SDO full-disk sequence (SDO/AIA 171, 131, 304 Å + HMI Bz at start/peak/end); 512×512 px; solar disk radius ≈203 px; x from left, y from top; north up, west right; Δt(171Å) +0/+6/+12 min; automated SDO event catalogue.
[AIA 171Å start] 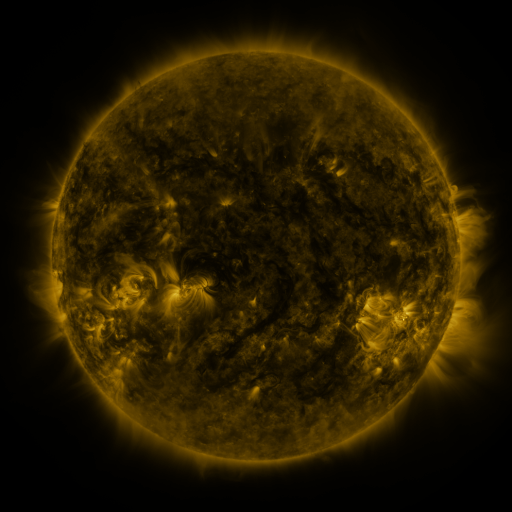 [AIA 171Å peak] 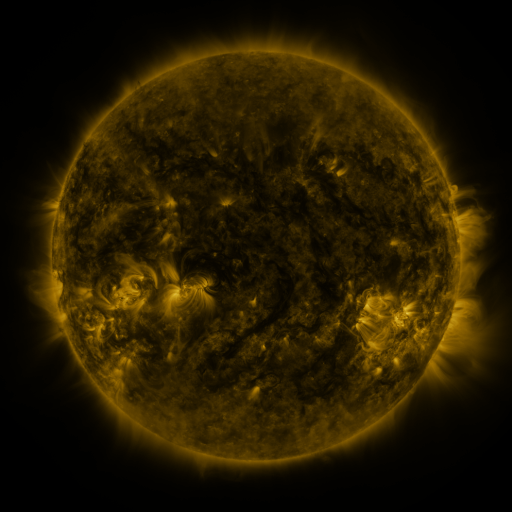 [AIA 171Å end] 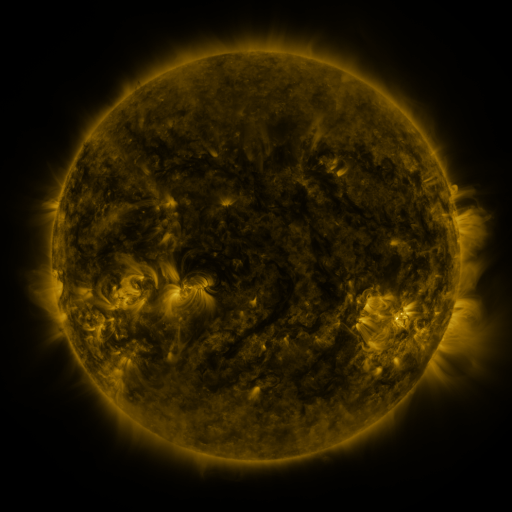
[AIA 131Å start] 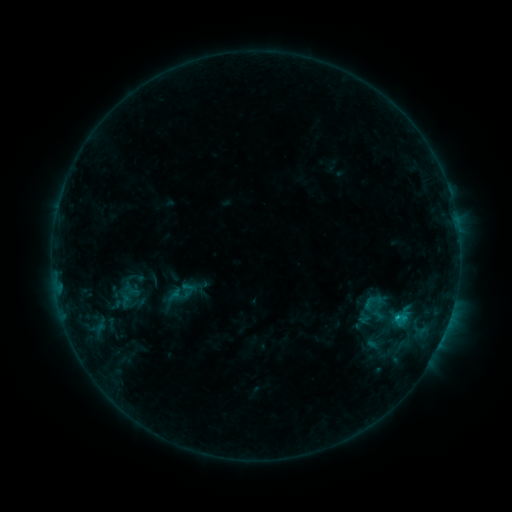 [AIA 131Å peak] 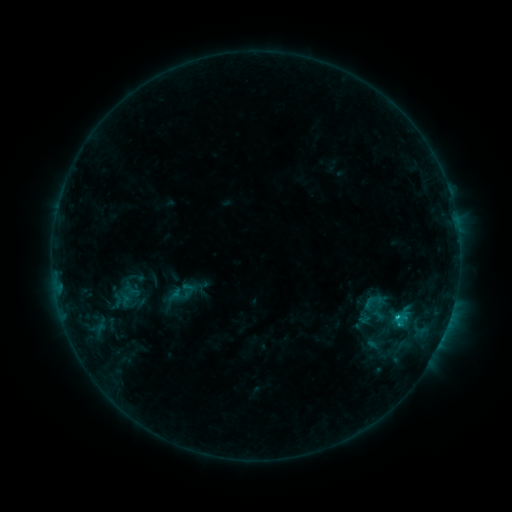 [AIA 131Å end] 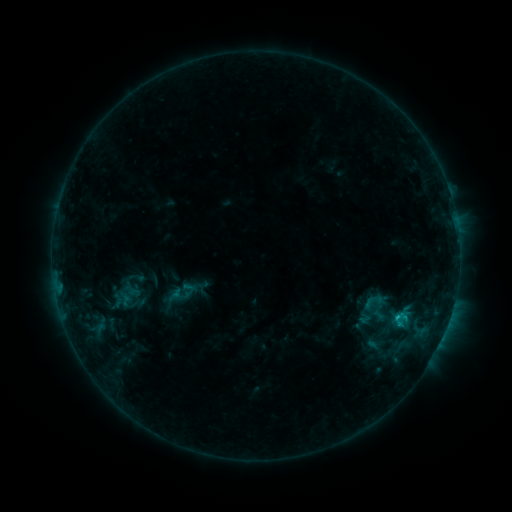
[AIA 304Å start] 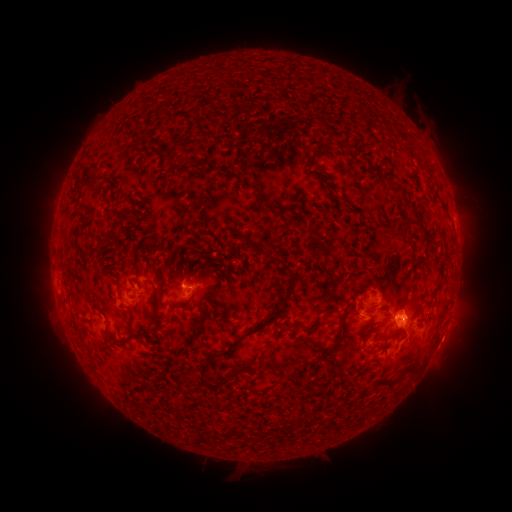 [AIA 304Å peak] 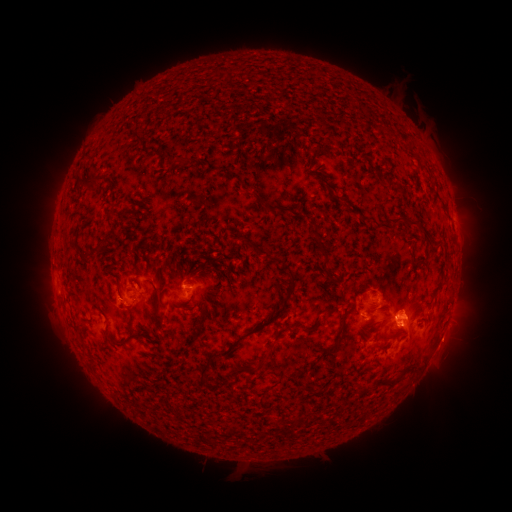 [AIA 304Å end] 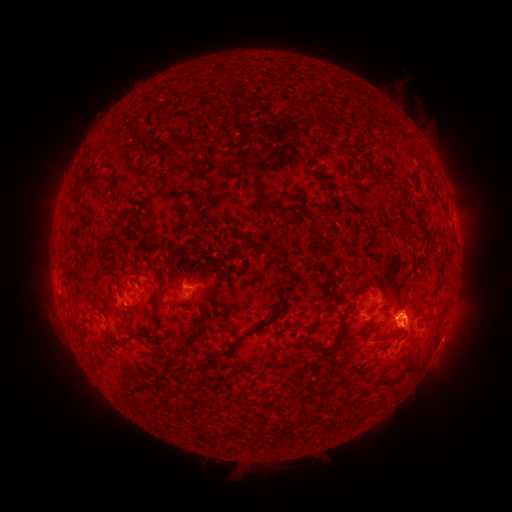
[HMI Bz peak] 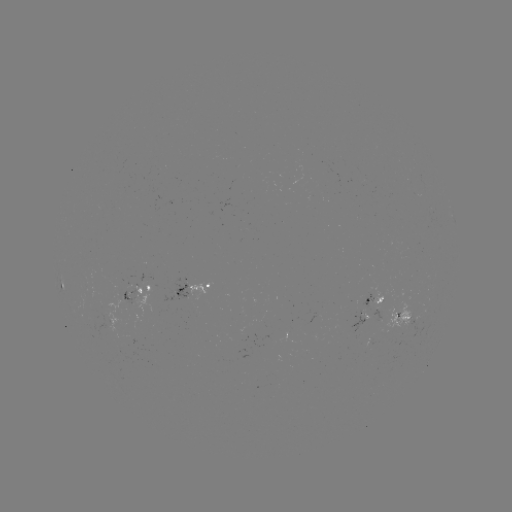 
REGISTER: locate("C1.0 flare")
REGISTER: [397, 315]